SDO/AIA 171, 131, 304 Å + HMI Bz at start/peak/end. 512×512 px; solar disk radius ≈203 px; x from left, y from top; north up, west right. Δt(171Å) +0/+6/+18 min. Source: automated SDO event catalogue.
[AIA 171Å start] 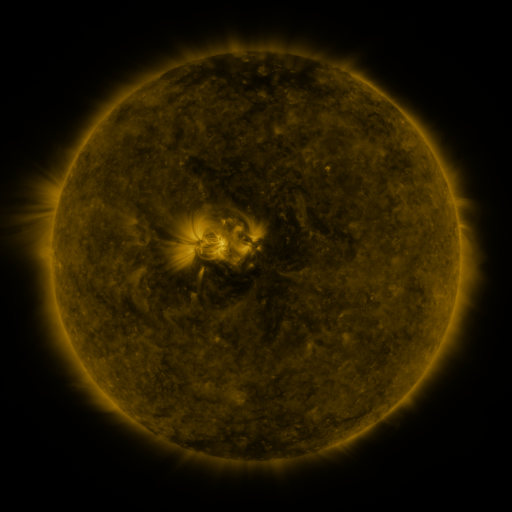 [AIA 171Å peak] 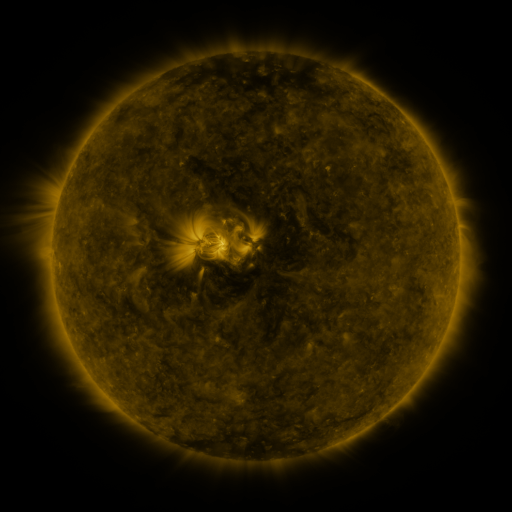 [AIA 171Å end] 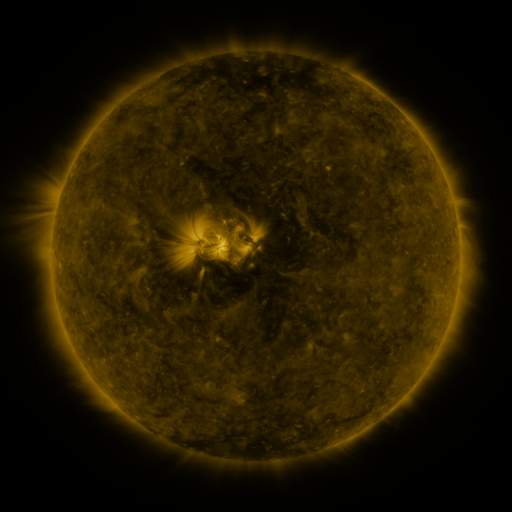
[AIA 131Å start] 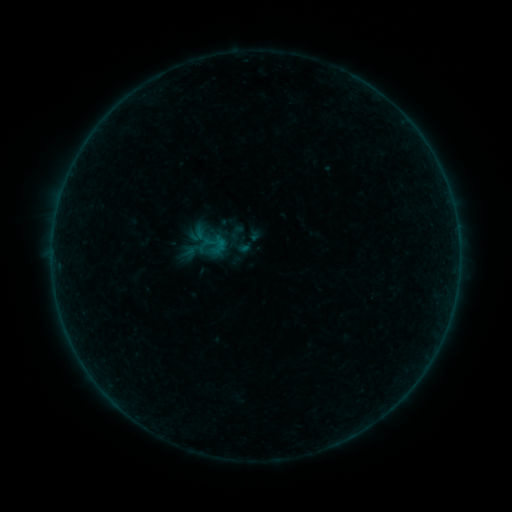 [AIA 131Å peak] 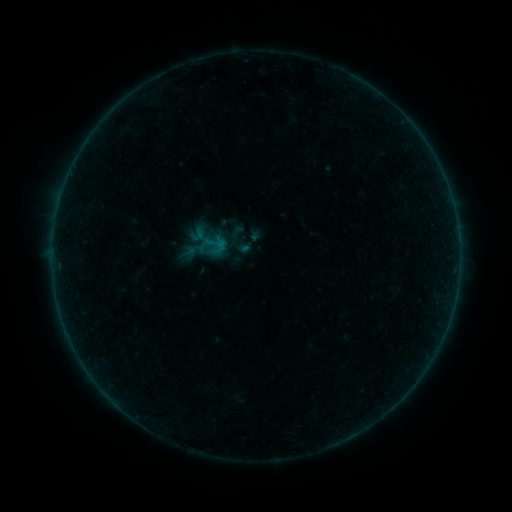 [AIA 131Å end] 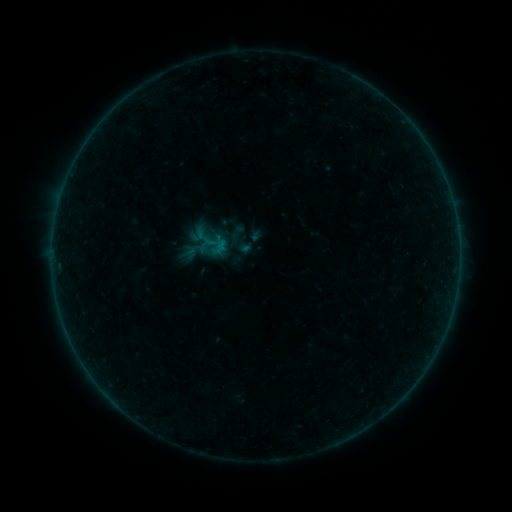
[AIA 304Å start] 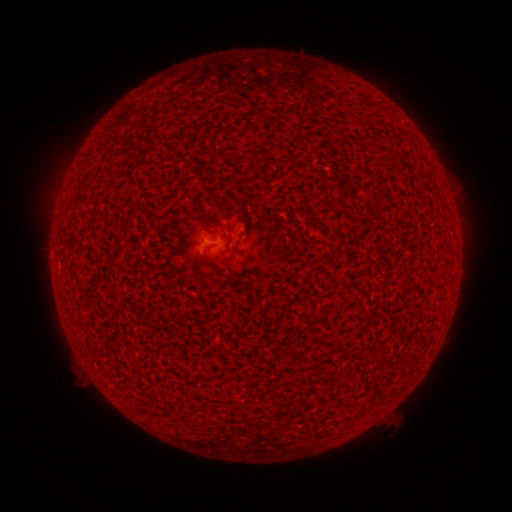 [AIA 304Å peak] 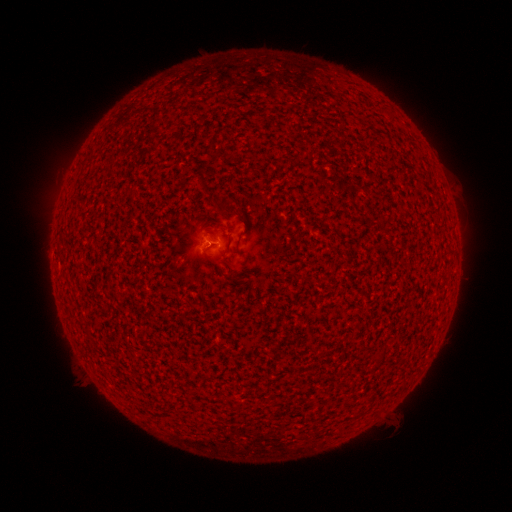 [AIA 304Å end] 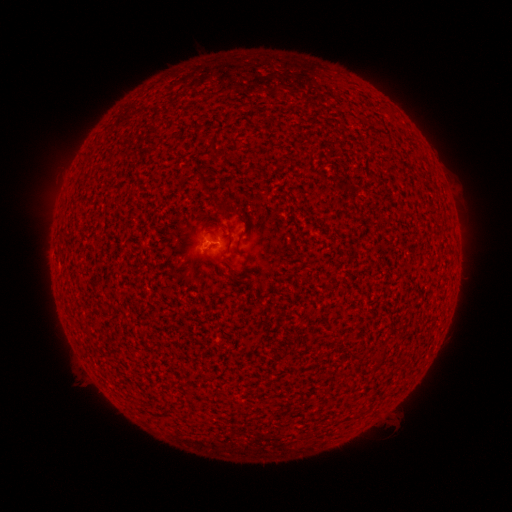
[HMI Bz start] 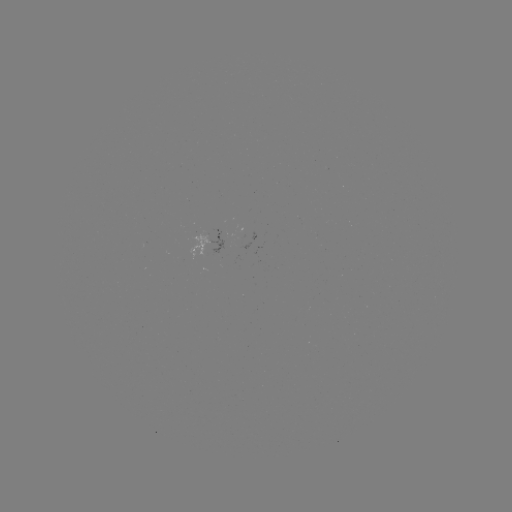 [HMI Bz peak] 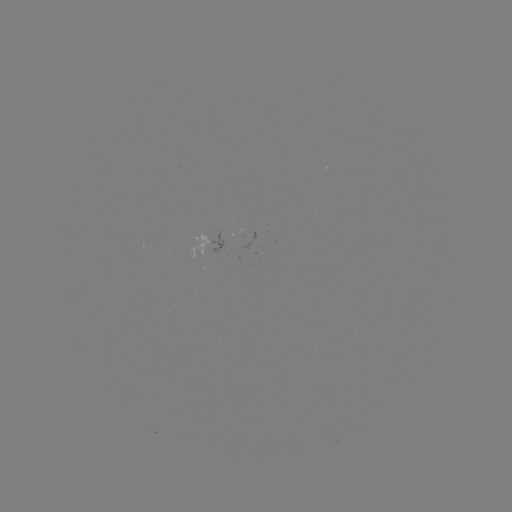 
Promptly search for B1.0 flare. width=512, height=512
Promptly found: [213, 246].